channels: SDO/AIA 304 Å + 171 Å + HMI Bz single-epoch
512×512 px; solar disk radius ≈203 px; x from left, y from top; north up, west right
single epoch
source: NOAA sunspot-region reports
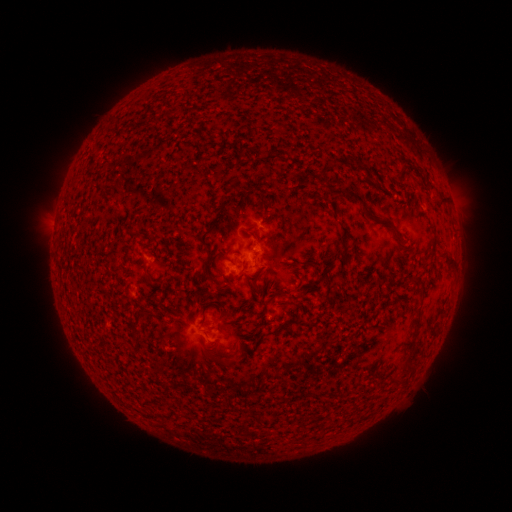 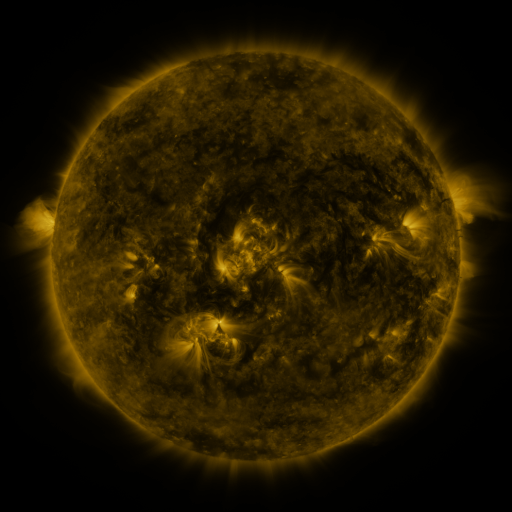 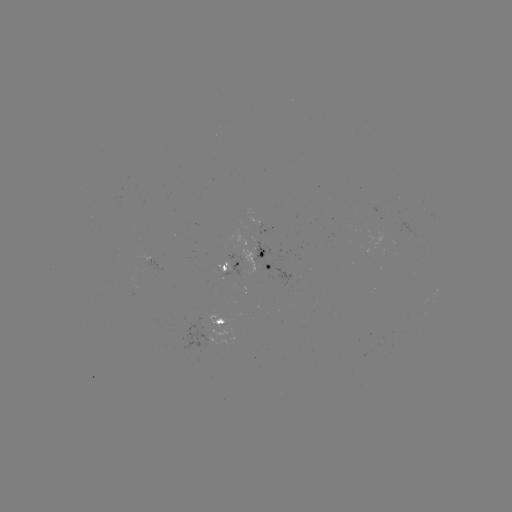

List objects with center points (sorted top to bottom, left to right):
spotted active region: (269, 229)
spotted active region: (270, 261)
spotted active region: (231, 265)
spotted active region: (221, 320)
